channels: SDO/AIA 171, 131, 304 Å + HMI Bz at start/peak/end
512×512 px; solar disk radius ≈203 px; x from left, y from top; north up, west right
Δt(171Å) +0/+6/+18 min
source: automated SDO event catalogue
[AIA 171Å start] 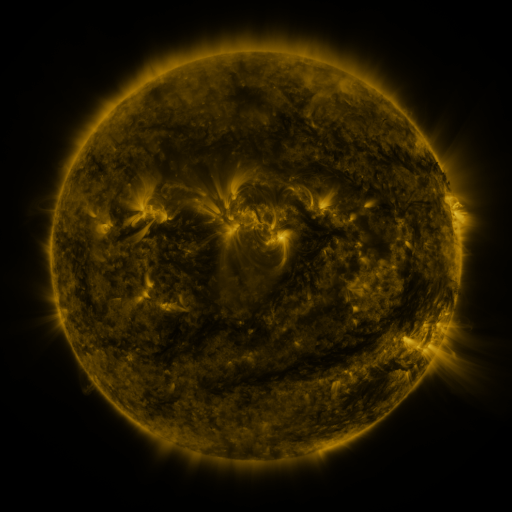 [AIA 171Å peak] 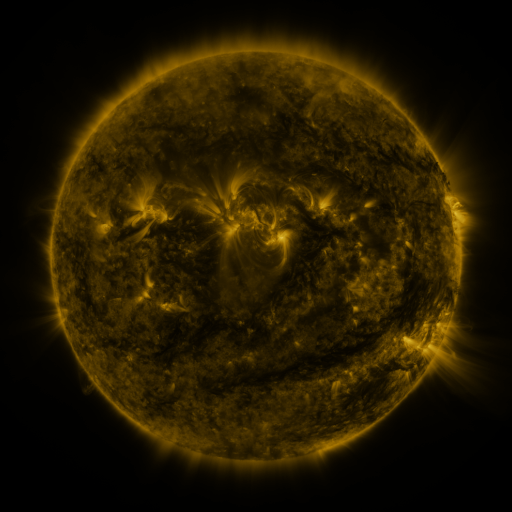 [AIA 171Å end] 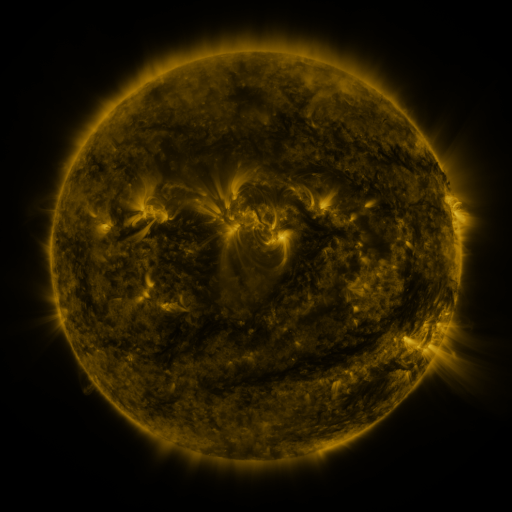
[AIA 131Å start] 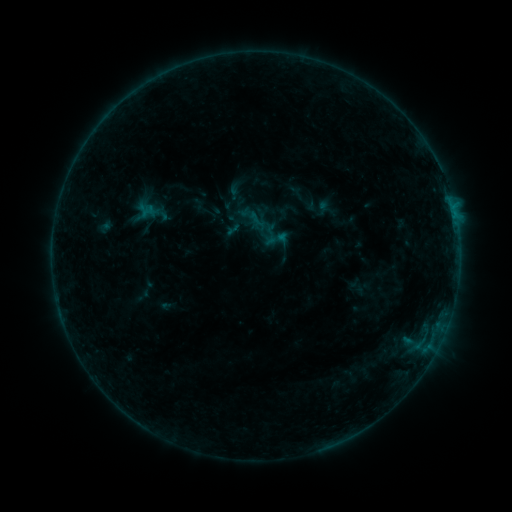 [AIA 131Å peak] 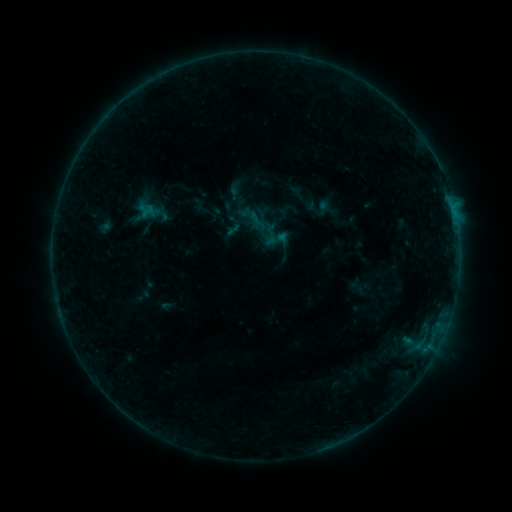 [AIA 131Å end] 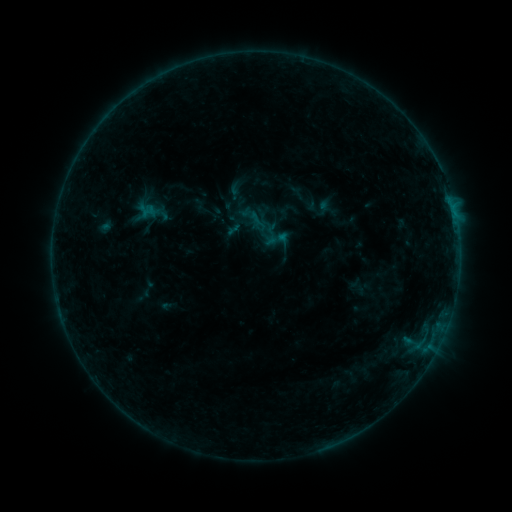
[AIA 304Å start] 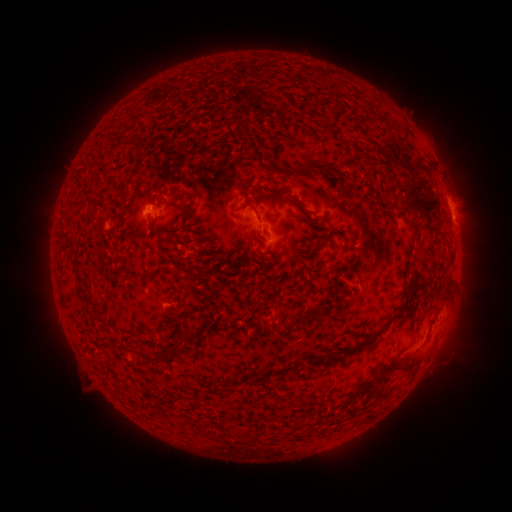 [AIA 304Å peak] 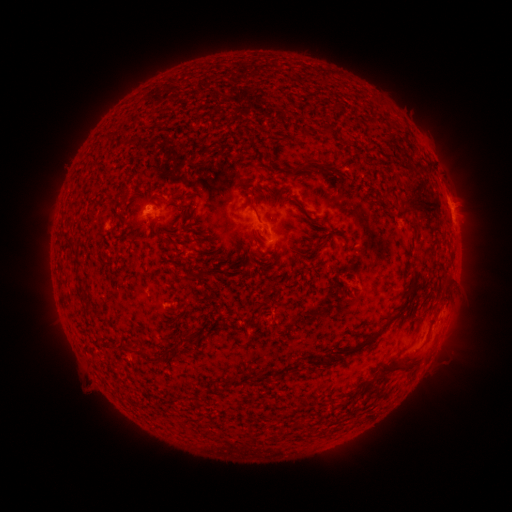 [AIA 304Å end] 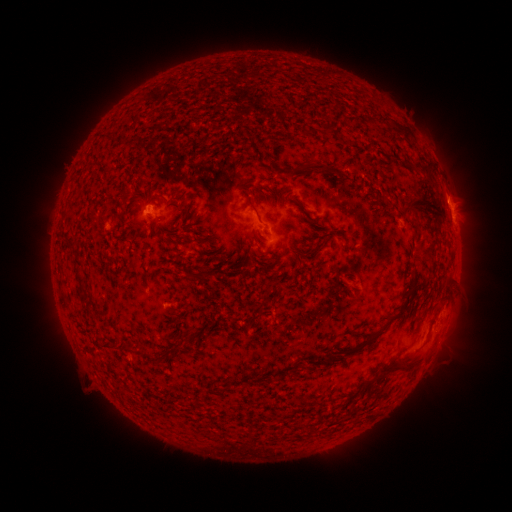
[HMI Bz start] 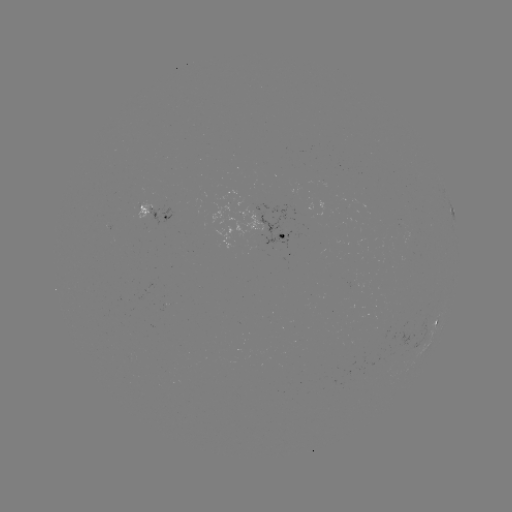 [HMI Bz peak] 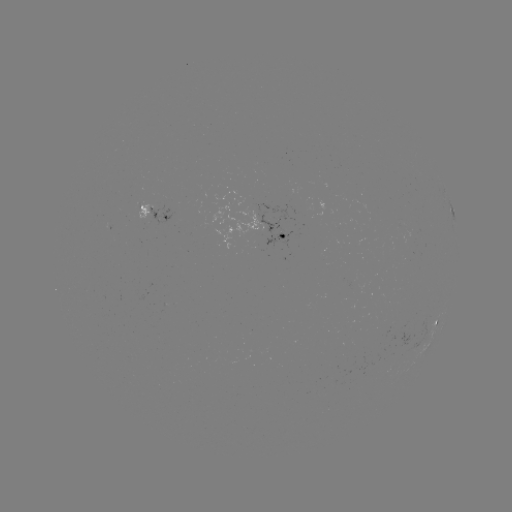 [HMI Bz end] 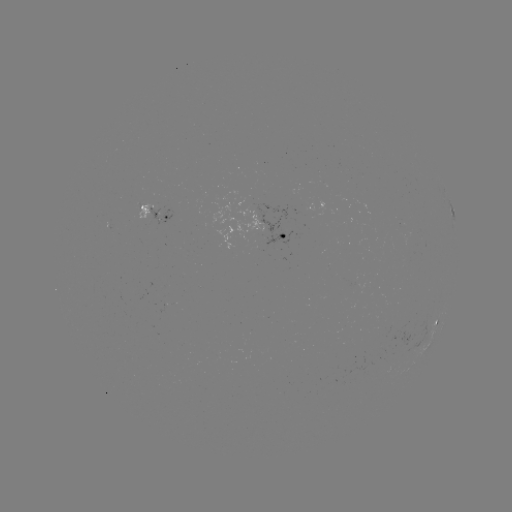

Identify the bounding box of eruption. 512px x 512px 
[394, 146, 434, 191].